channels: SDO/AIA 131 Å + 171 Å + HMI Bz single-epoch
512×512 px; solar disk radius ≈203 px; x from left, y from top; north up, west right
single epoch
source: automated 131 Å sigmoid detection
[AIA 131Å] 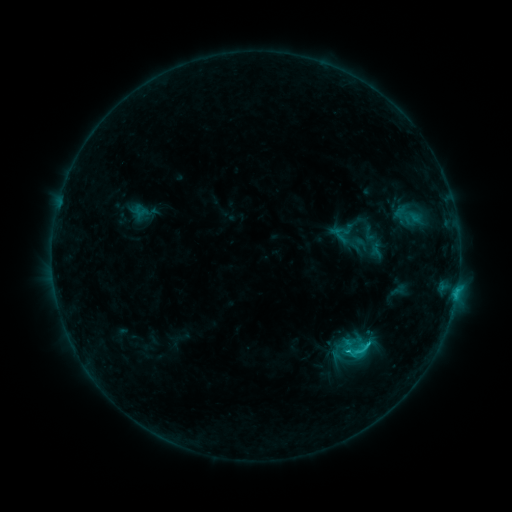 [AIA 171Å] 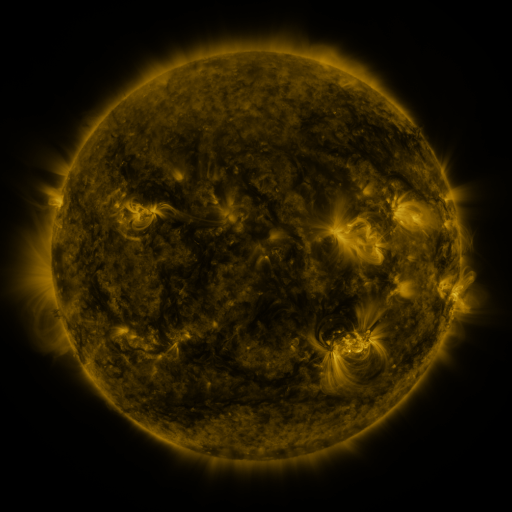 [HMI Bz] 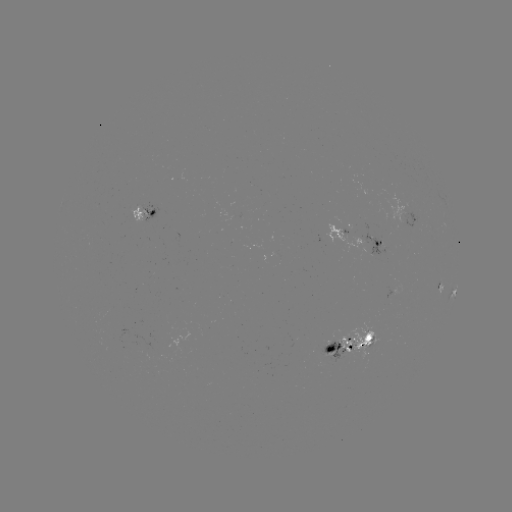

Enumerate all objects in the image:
sigmoid: (369, 234)
sigmoid: (359, 351)
